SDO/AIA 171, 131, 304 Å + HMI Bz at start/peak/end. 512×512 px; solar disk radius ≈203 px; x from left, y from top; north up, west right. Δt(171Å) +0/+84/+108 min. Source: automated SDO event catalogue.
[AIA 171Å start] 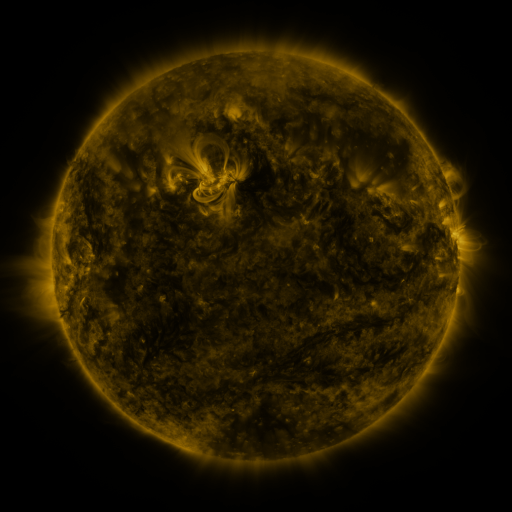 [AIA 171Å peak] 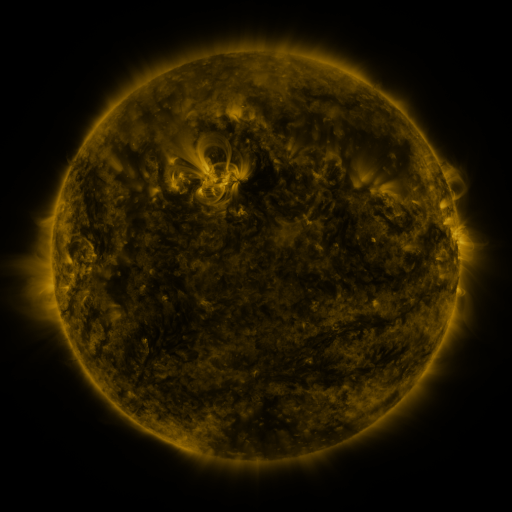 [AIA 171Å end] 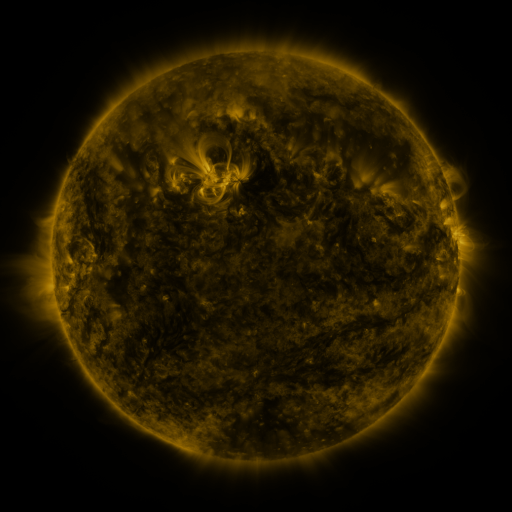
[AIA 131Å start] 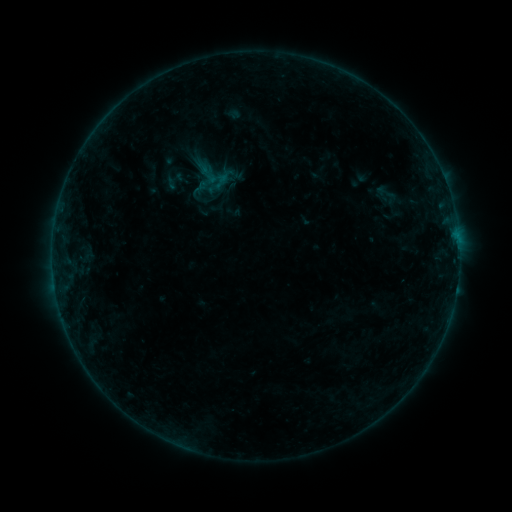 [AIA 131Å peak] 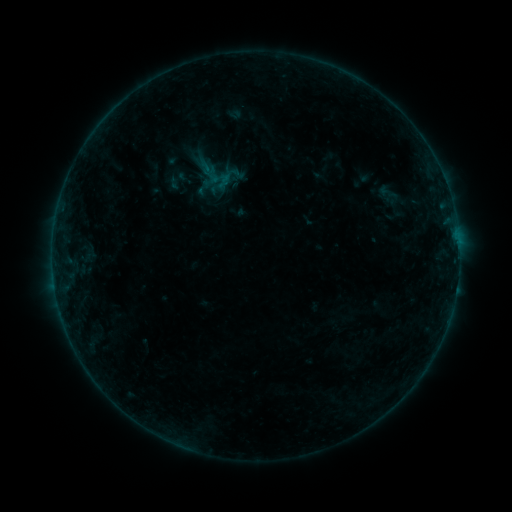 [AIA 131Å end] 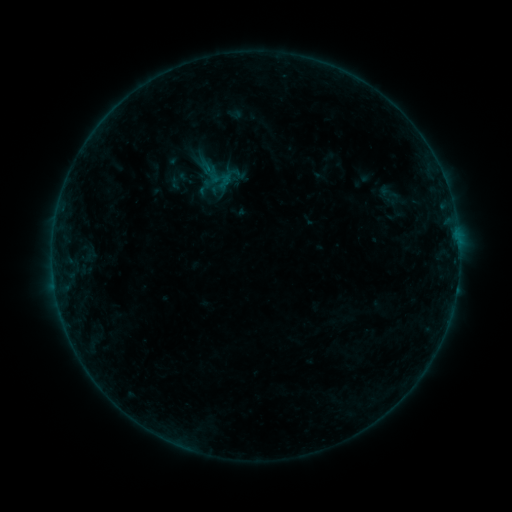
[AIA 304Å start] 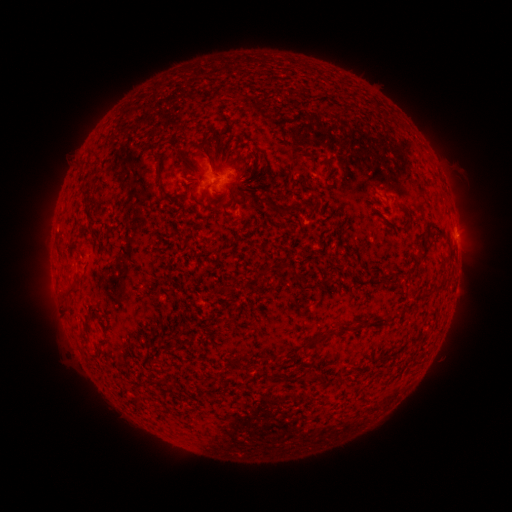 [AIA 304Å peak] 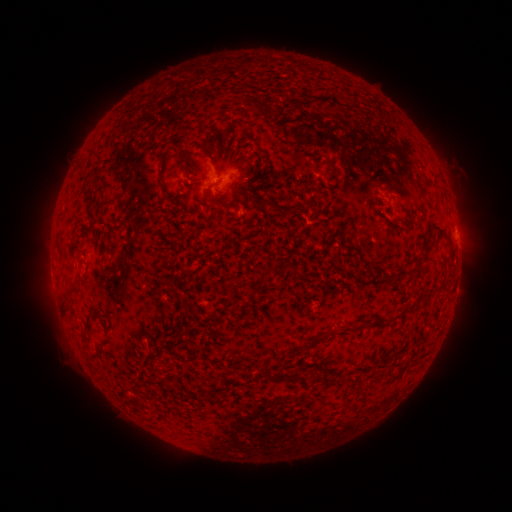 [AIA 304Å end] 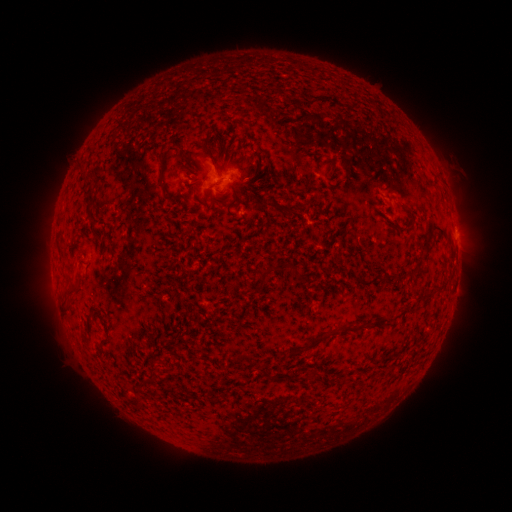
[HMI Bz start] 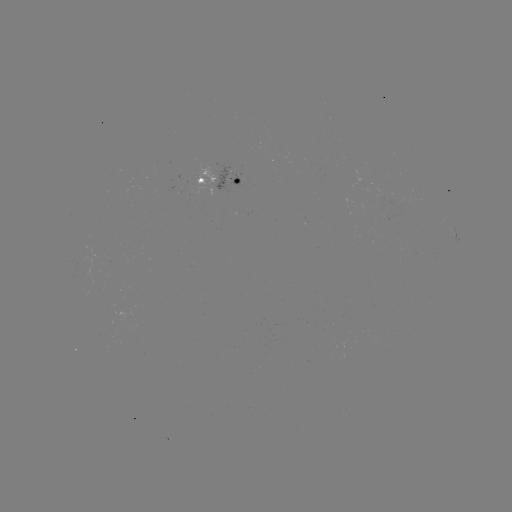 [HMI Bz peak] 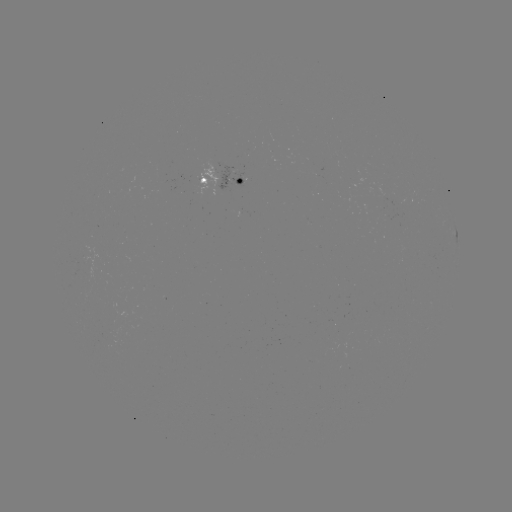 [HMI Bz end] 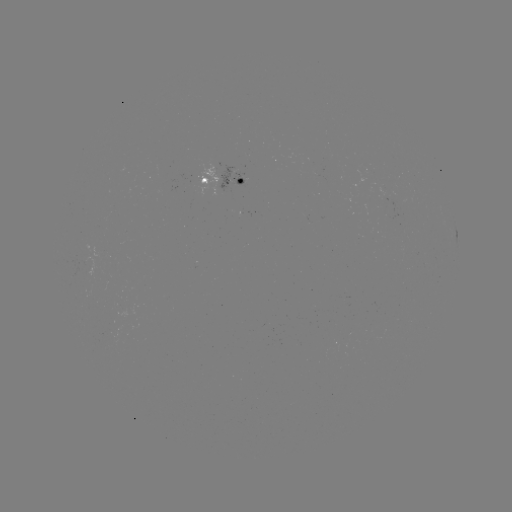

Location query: emerging-flux region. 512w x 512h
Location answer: [114, 331].